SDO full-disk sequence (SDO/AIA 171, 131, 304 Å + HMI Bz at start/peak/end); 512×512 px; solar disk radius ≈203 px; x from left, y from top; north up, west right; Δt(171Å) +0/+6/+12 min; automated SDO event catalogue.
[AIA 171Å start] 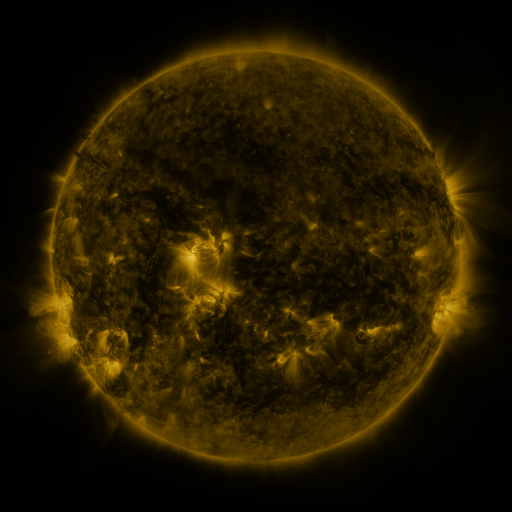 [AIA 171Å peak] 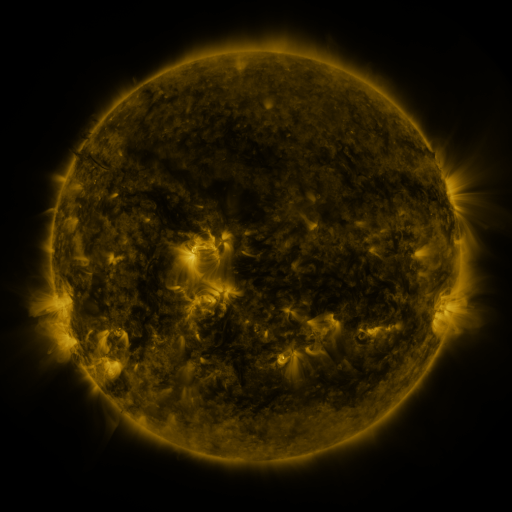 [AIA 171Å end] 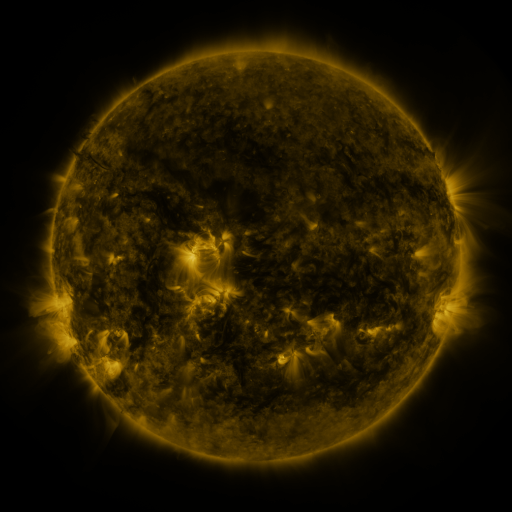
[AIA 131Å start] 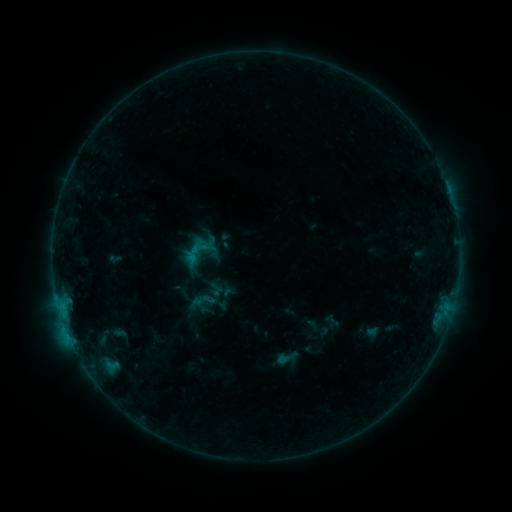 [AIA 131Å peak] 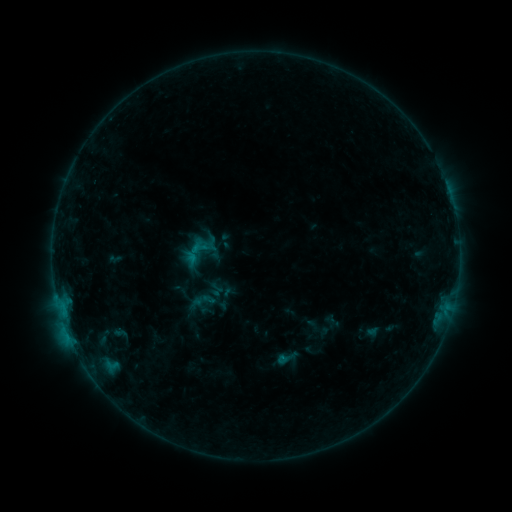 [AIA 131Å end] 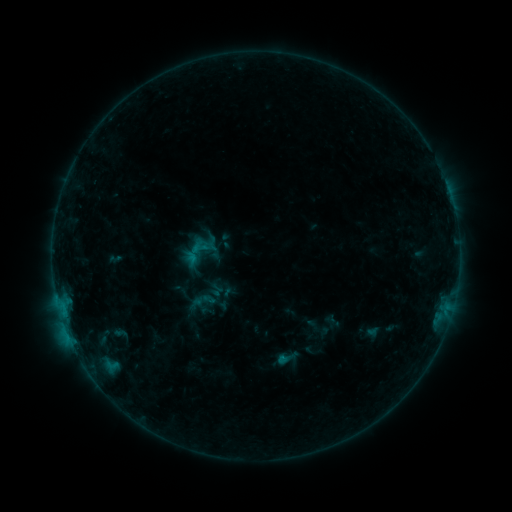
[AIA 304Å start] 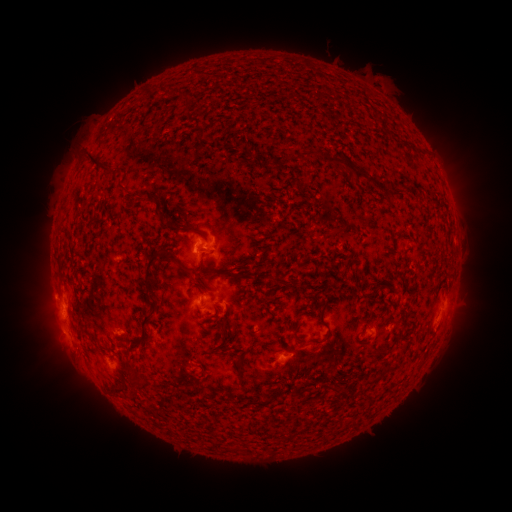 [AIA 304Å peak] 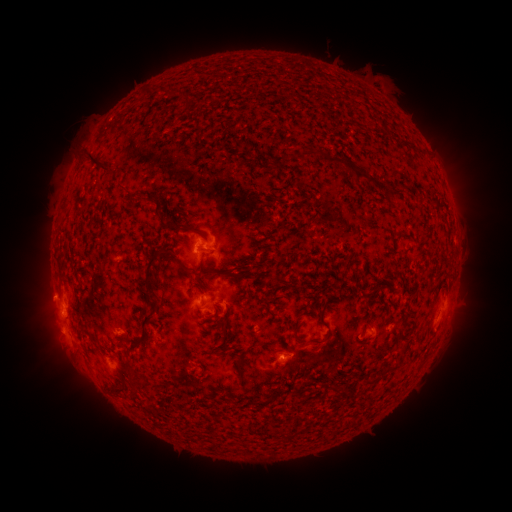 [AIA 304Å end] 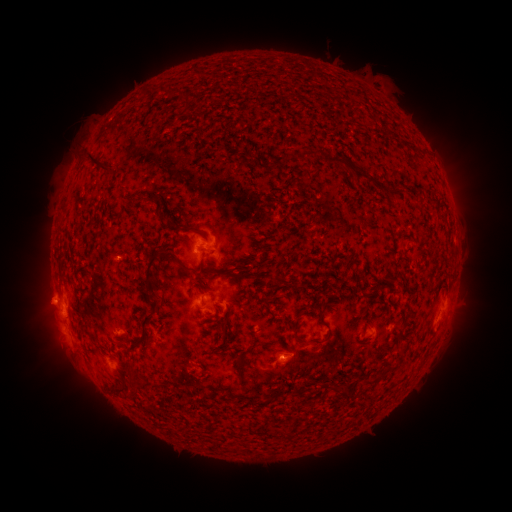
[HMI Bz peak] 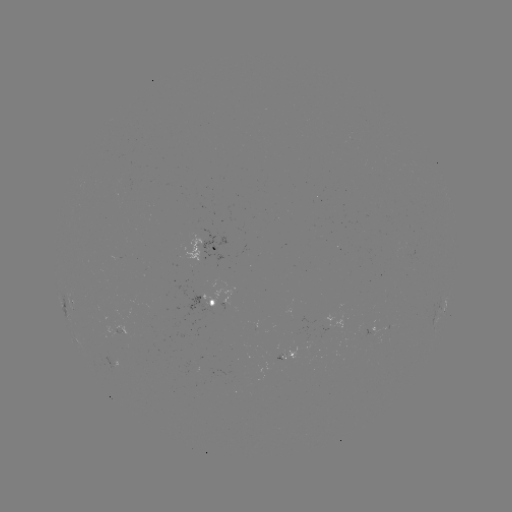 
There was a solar eruption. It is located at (44, 300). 